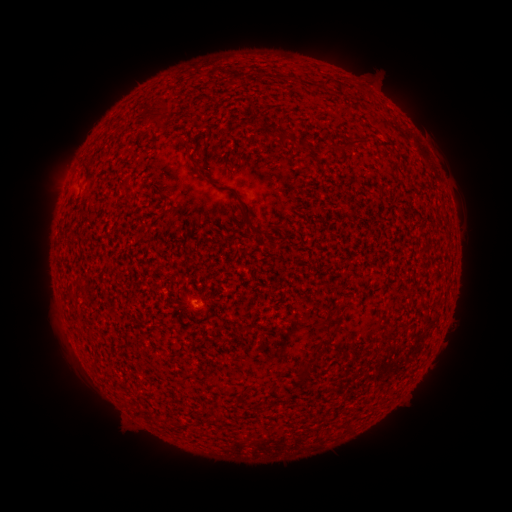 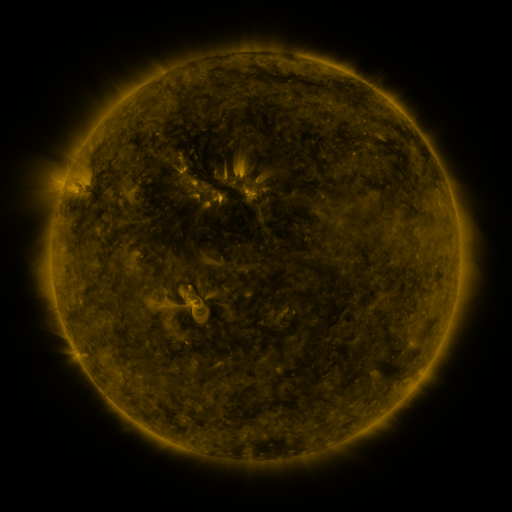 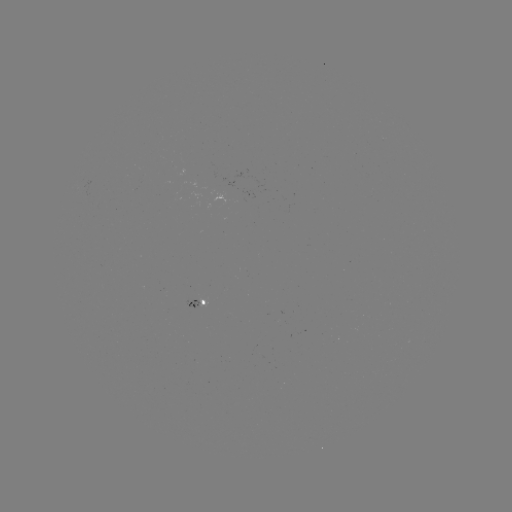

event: spotted active region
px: (208, 305)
